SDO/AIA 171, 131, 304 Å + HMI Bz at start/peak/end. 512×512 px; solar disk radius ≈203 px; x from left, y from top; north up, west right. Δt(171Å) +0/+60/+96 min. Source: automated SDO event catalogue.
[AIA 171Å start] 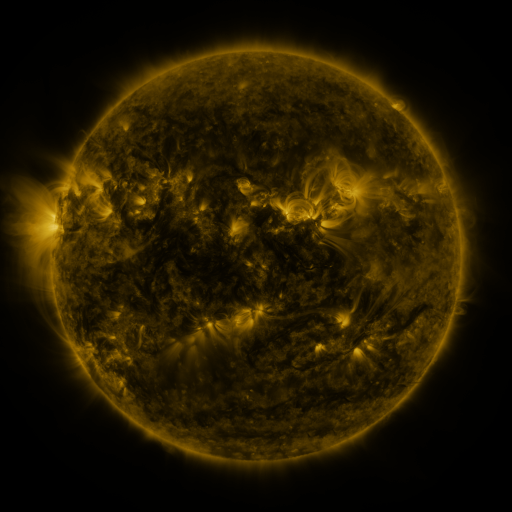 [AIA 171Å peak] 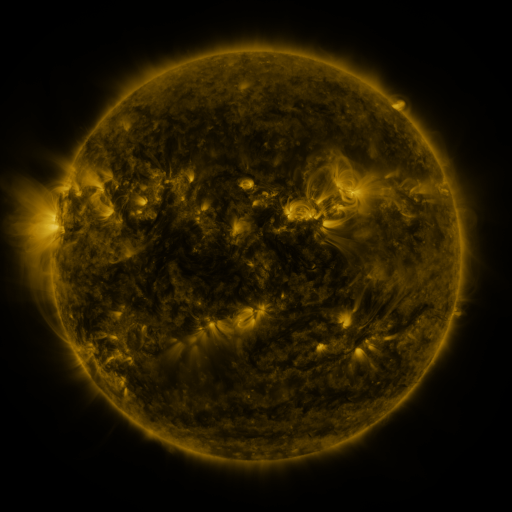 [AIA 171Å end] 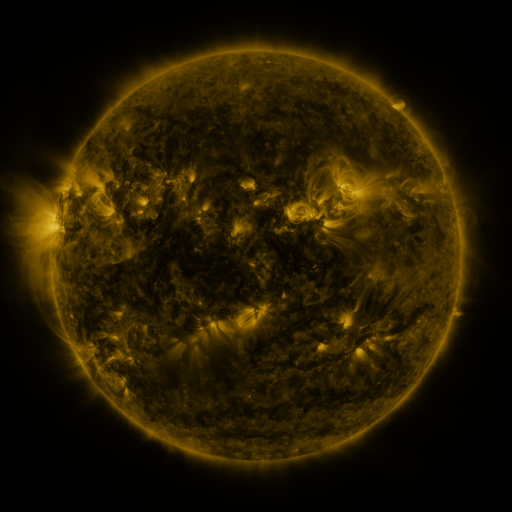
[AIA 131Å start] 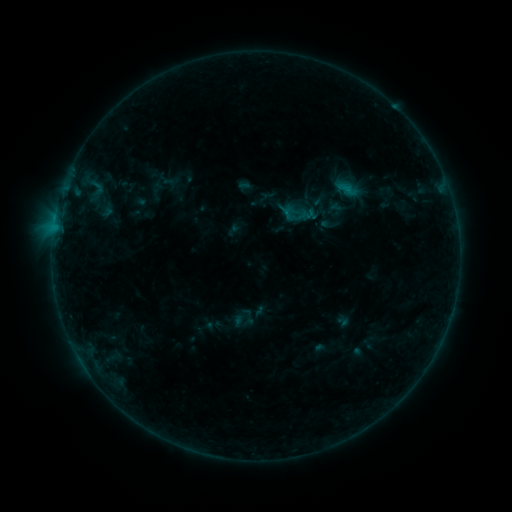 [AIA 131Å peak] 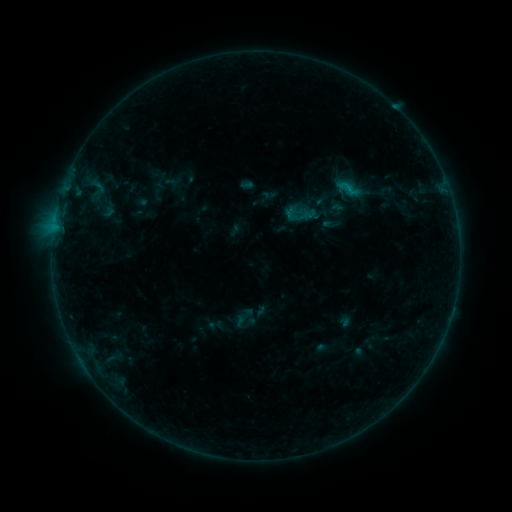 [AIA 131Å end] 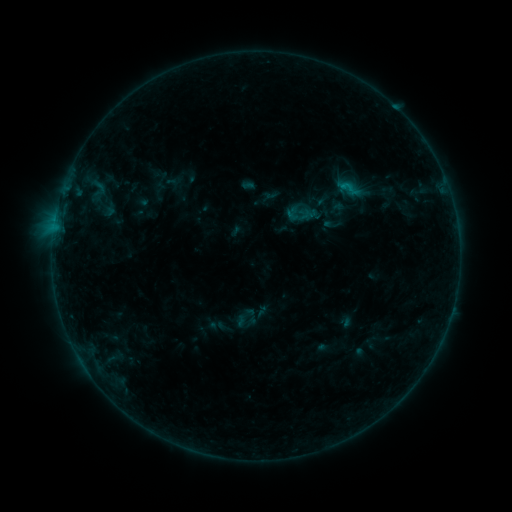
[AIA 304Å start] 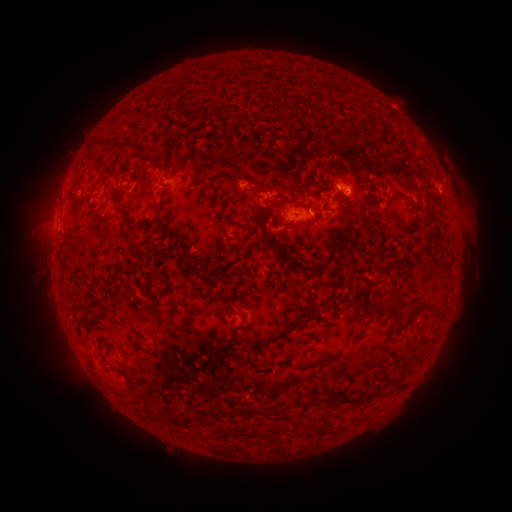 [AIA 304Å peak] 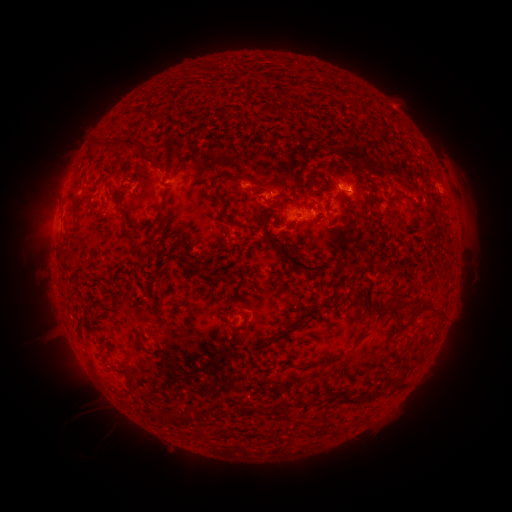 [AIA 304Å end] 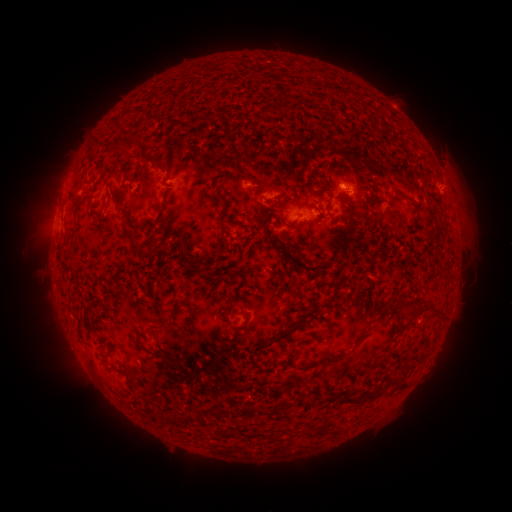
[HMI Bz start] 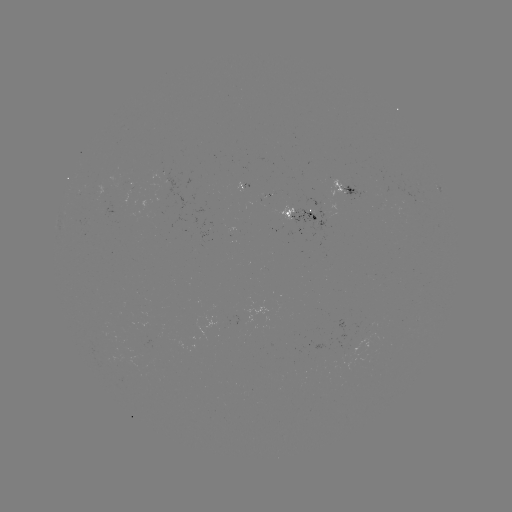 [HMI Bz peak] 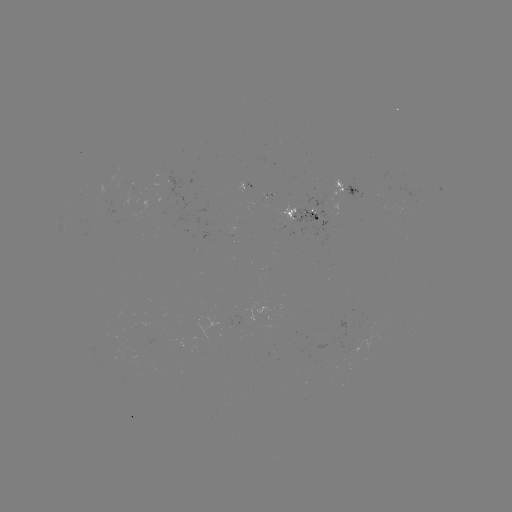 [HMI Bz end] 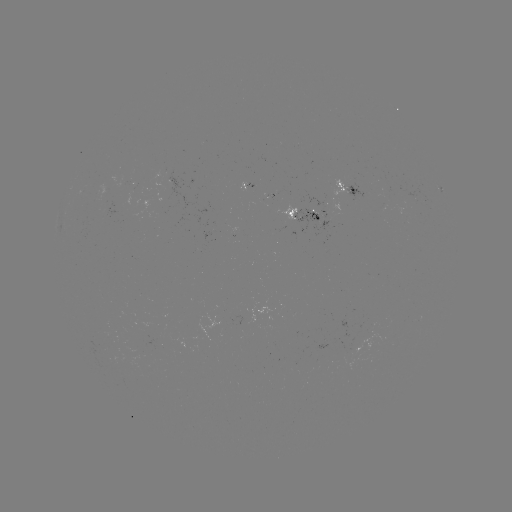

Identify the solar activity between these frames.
emerging-flux region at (312, 215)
